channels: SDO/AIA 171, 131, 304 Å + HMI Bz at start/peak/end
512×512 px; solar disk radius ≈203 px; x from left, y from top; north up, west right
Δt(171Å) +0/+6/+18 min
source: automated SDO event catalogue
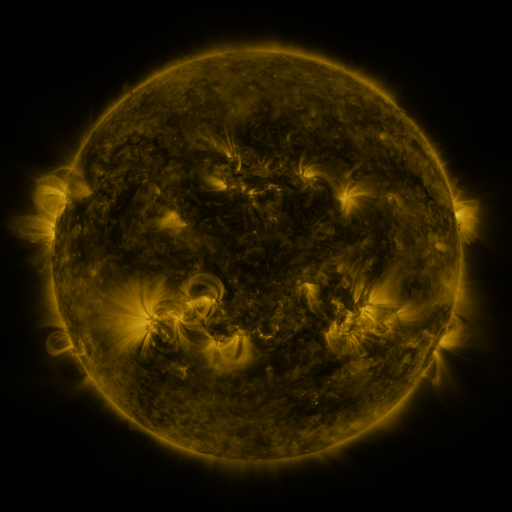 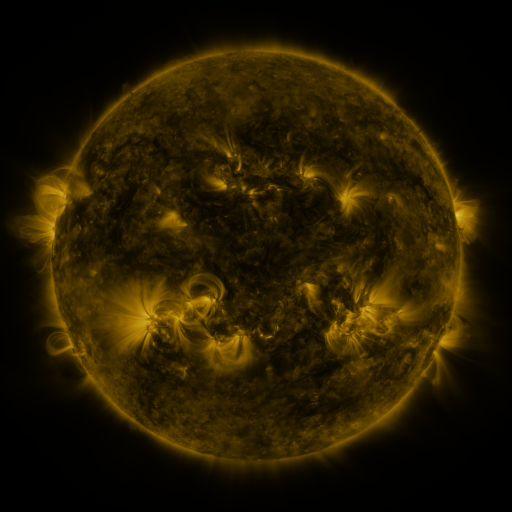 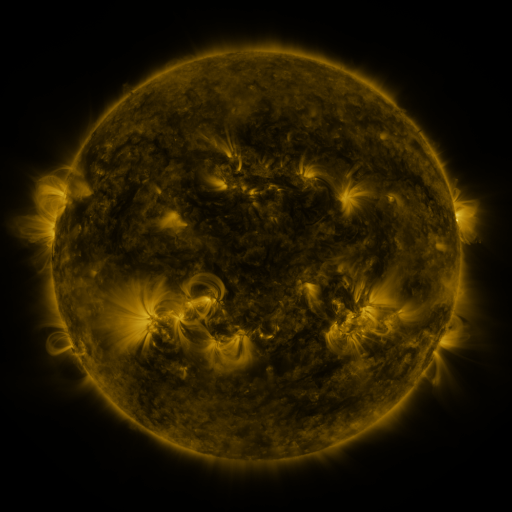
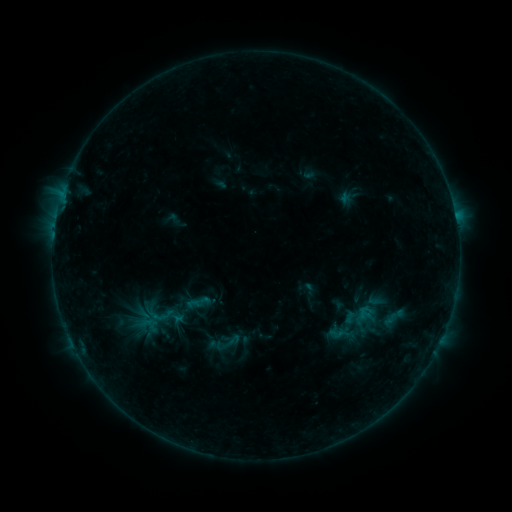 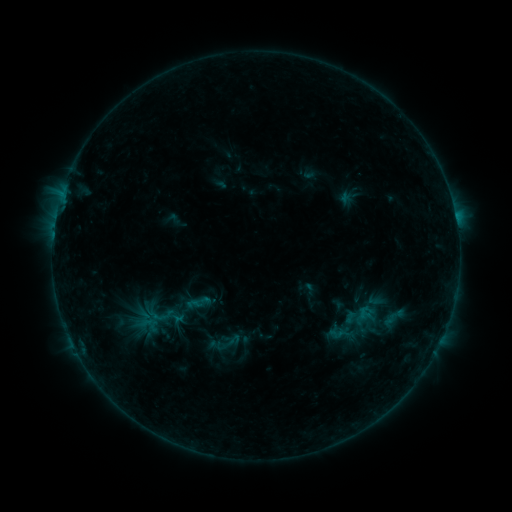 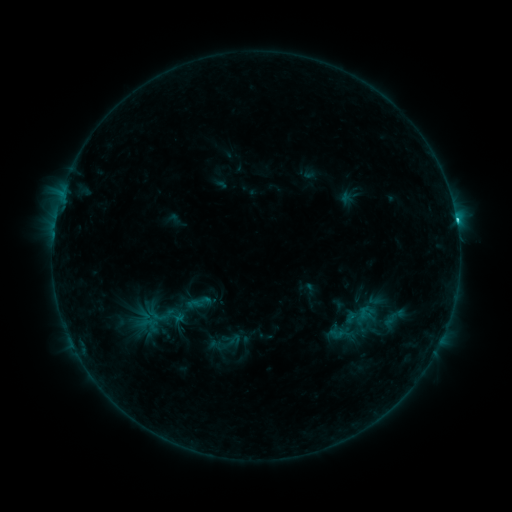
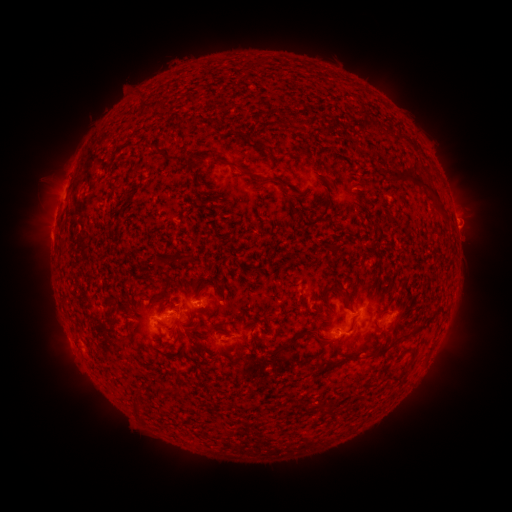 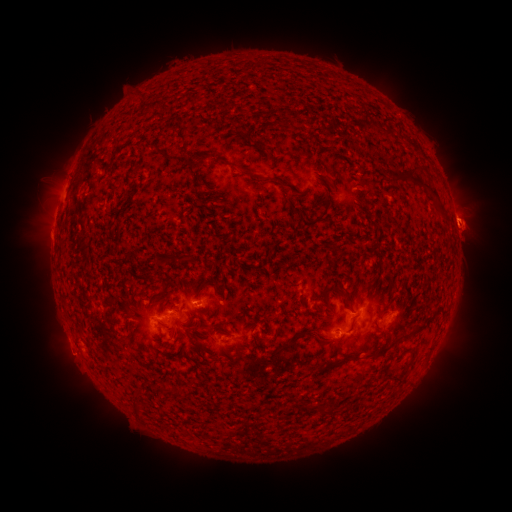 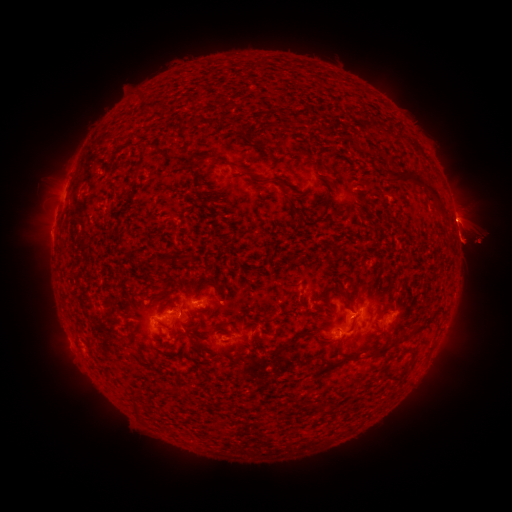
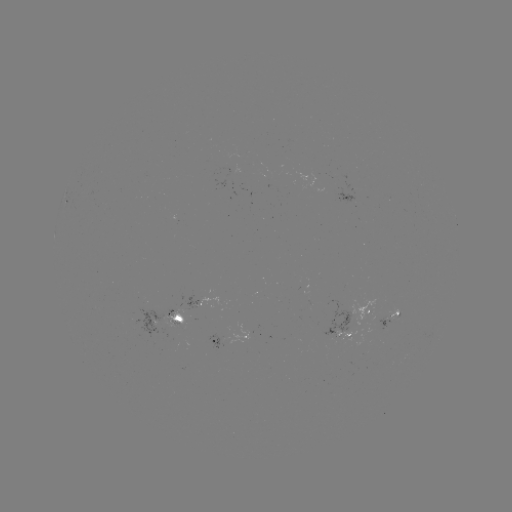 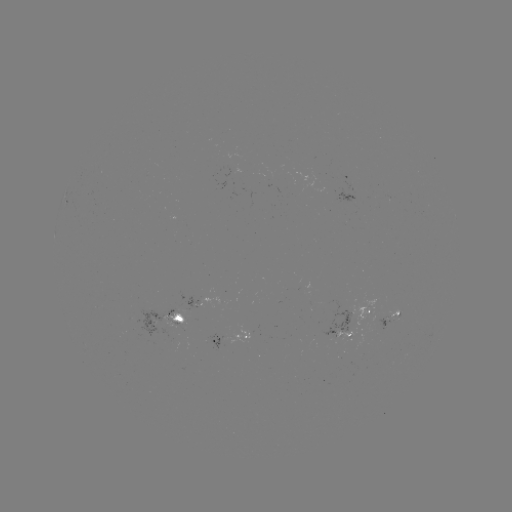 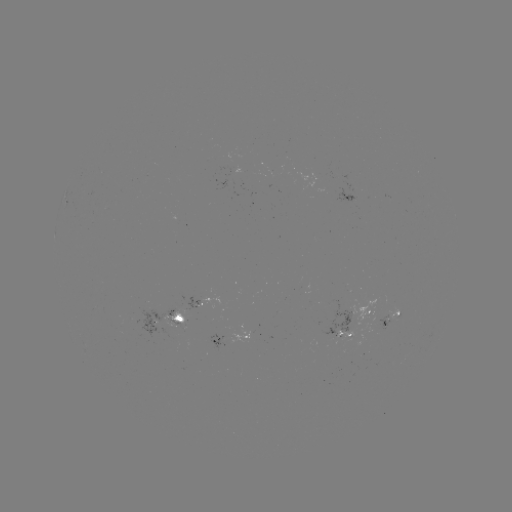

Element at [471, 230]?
eruption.